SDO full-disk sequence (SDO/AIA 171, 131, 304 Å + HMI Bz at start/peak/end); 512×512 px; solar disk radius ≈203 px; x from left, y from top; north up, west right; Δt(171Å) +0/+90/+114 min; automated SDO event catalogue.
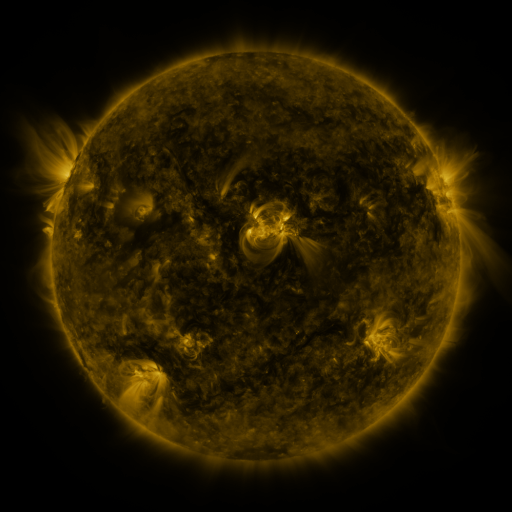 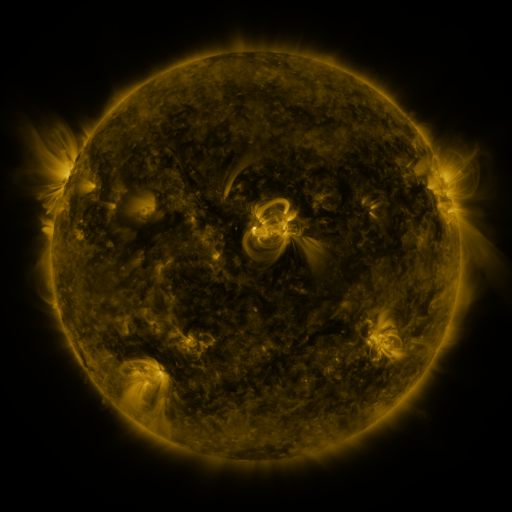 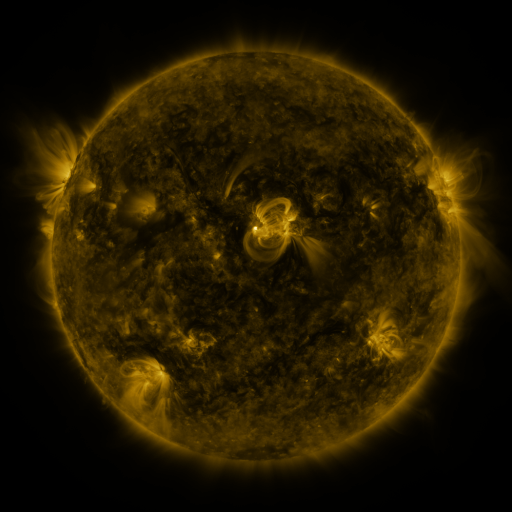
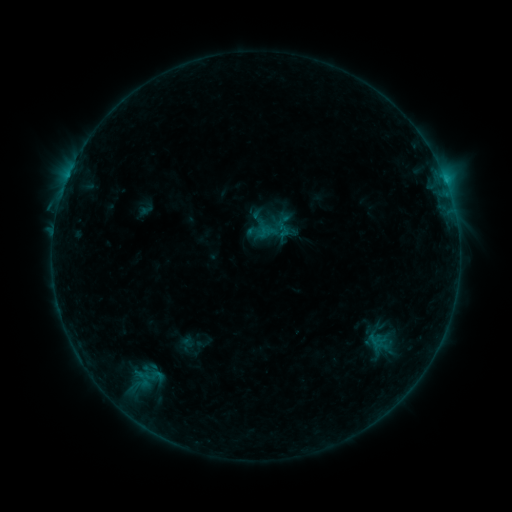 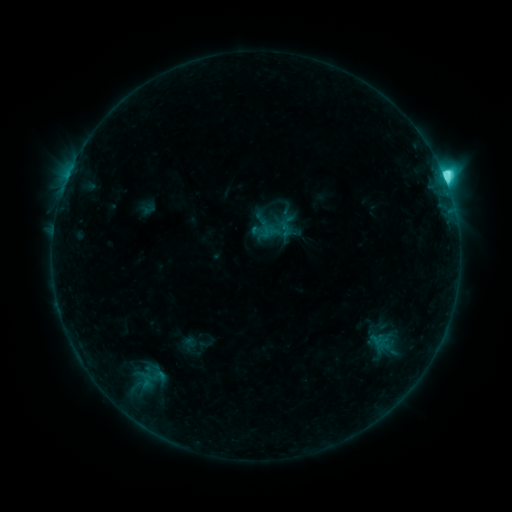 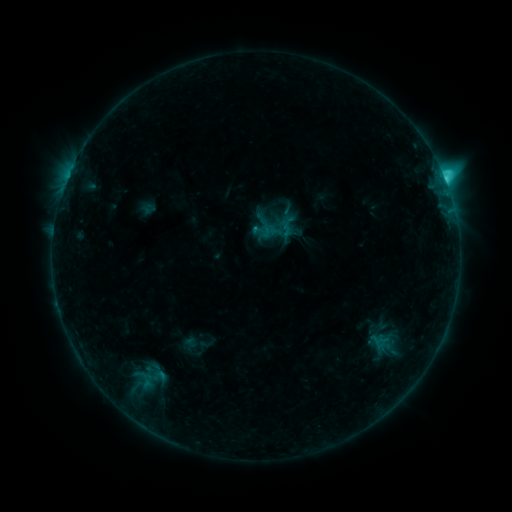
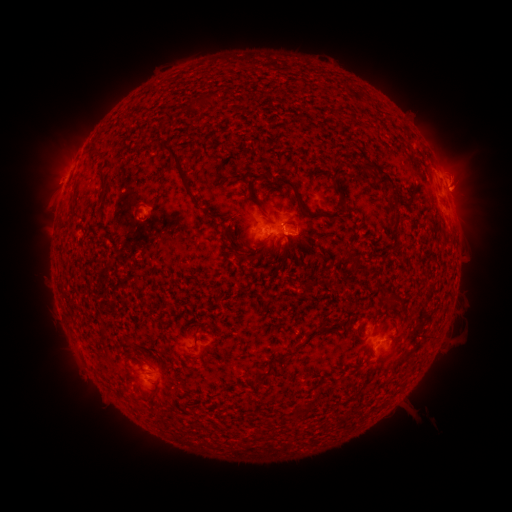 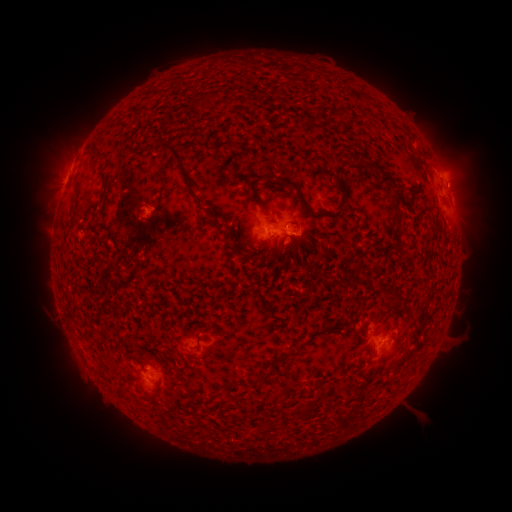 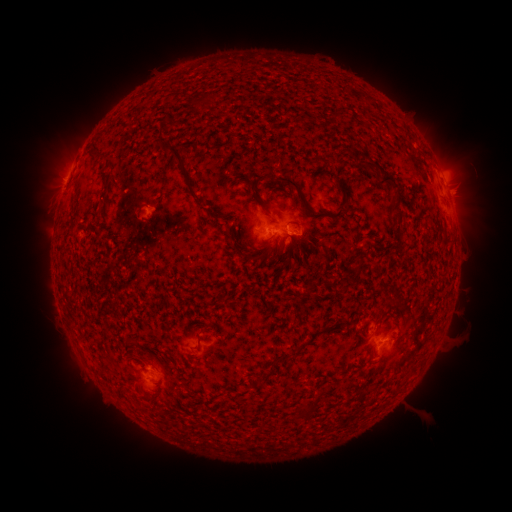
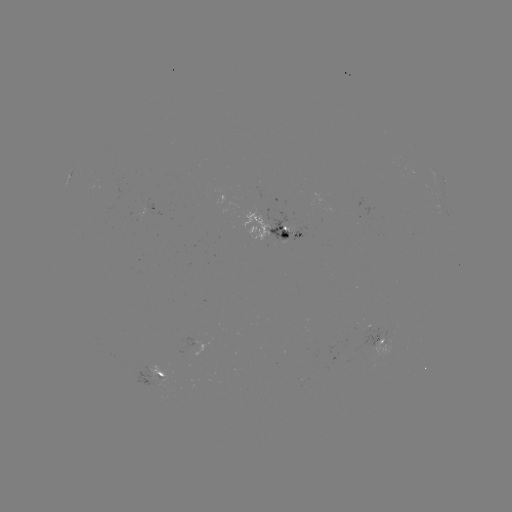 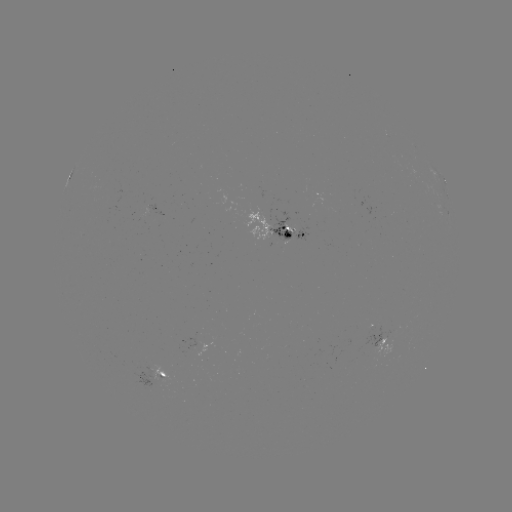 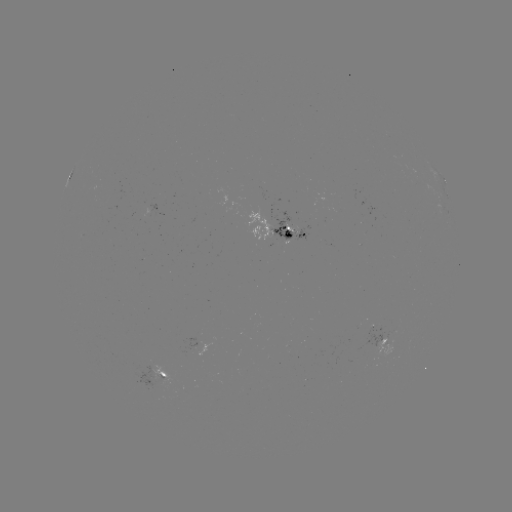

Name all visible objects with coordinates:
C9.2 flare: (442, 178)
